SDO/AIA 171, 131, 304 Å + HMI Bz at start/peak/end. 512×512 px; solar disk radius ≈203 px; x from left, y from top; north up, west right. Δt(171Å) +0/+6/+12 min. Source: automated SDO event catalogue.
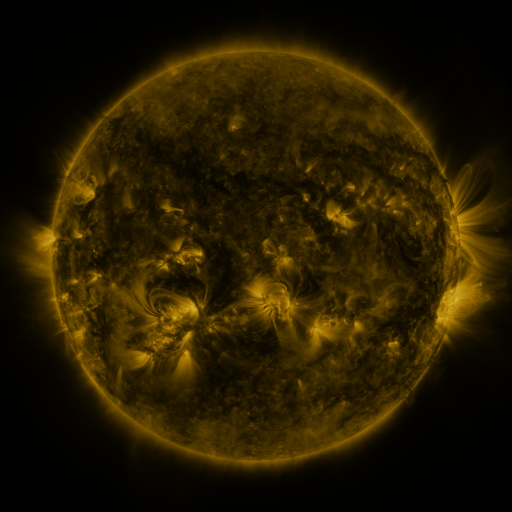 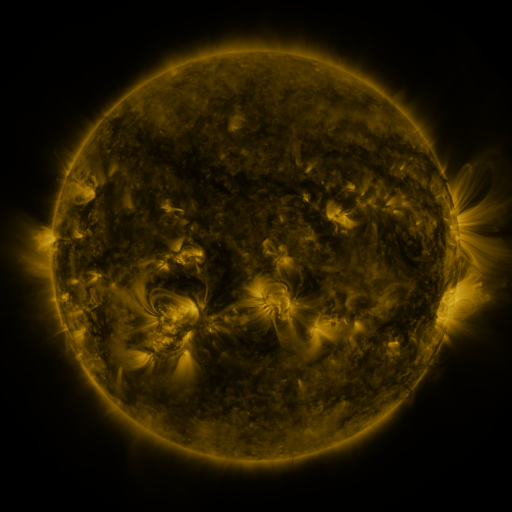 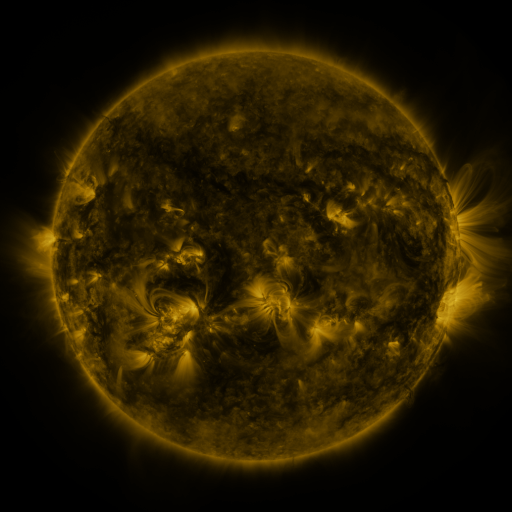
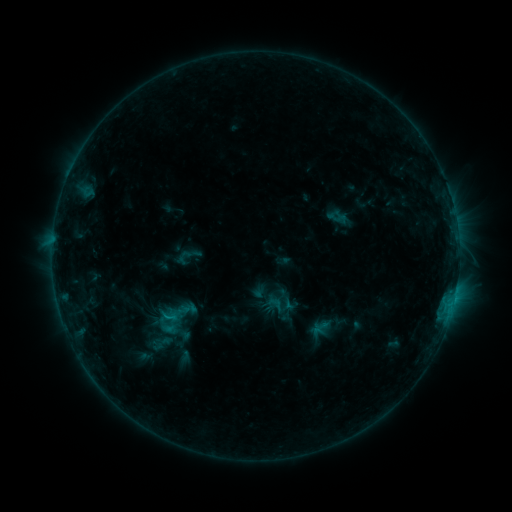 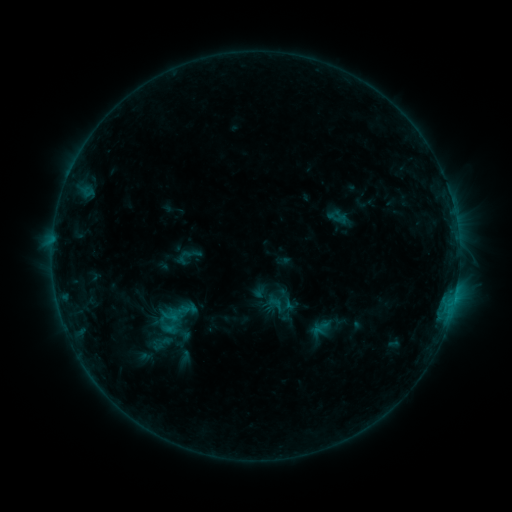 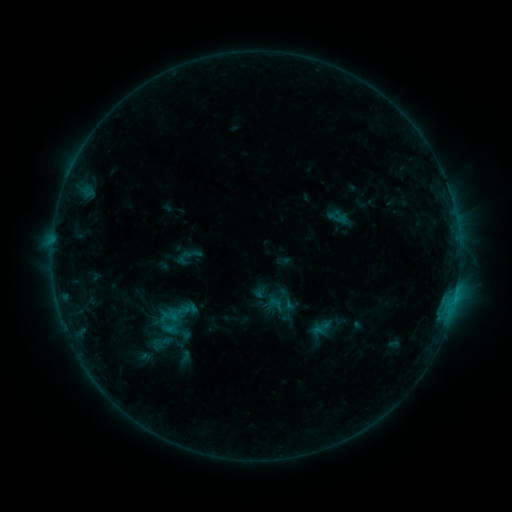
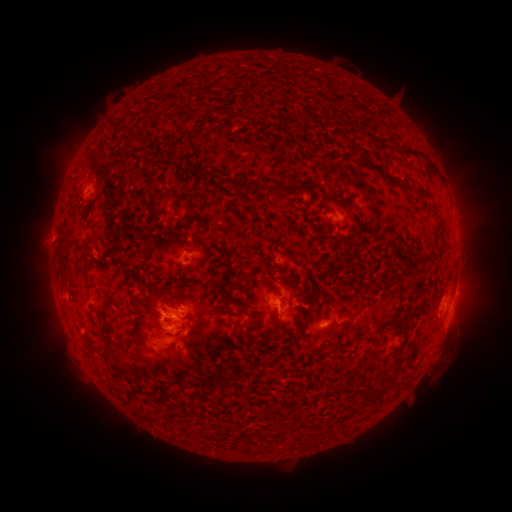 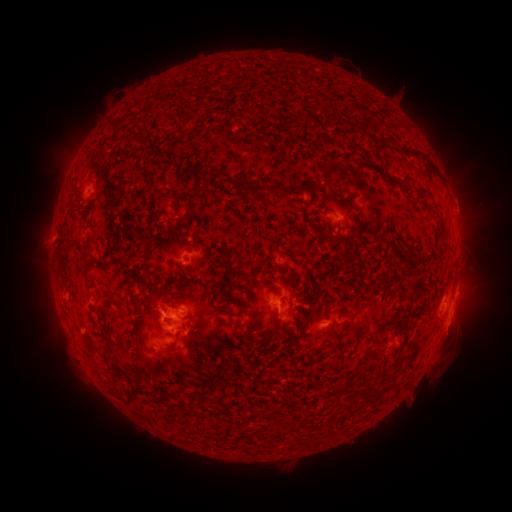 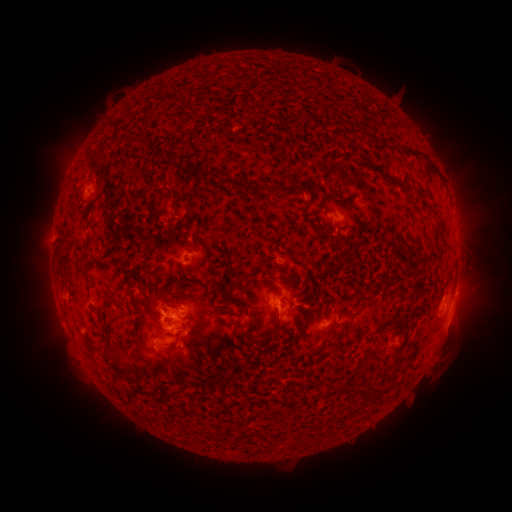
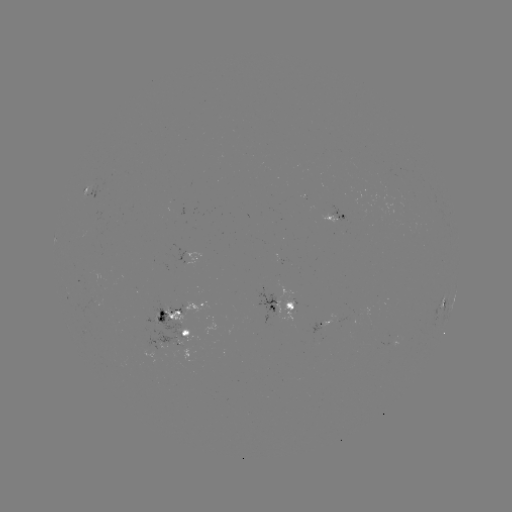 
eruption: (442, 186, 489, 232)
